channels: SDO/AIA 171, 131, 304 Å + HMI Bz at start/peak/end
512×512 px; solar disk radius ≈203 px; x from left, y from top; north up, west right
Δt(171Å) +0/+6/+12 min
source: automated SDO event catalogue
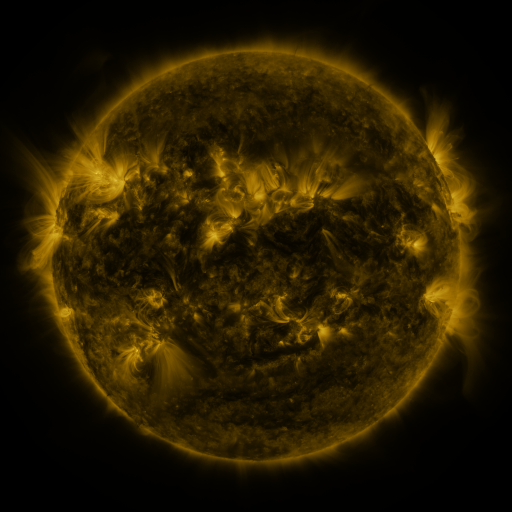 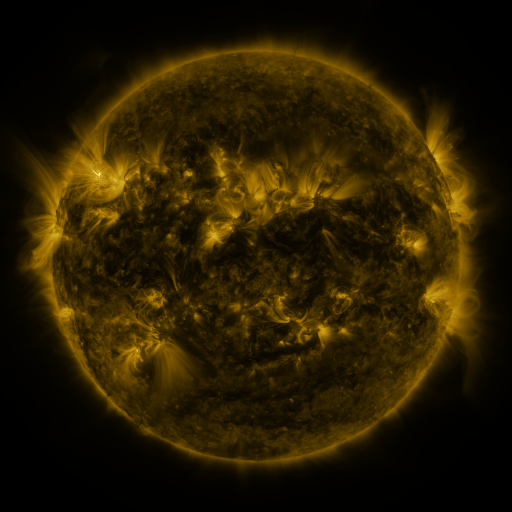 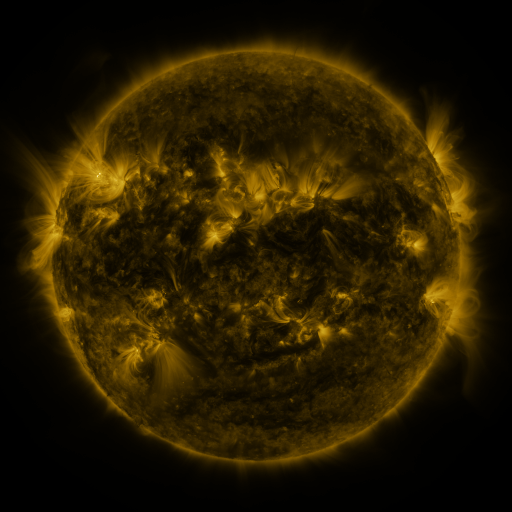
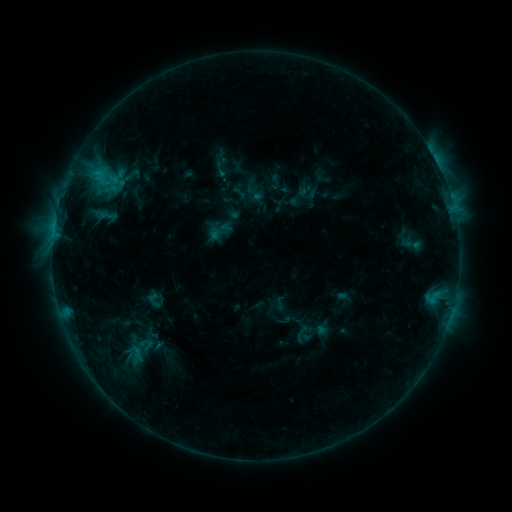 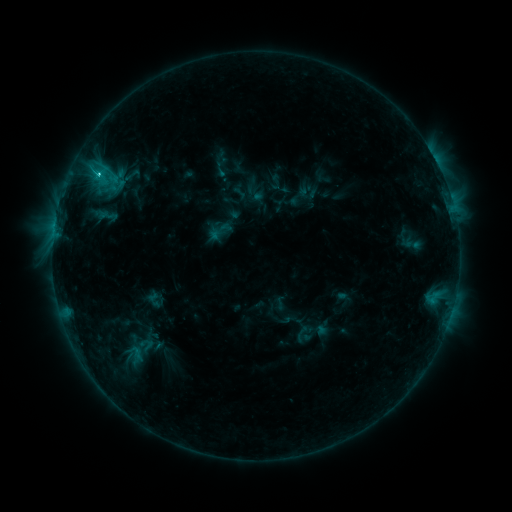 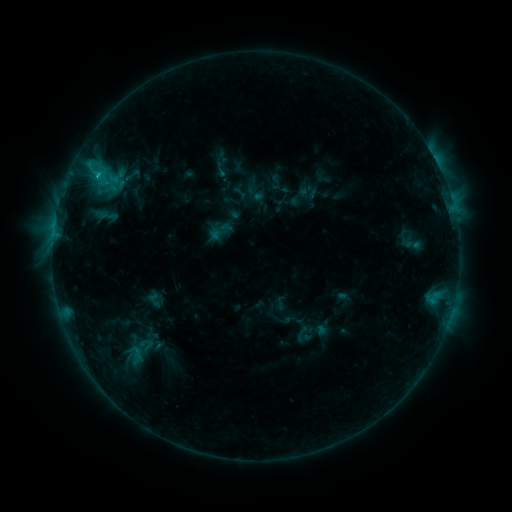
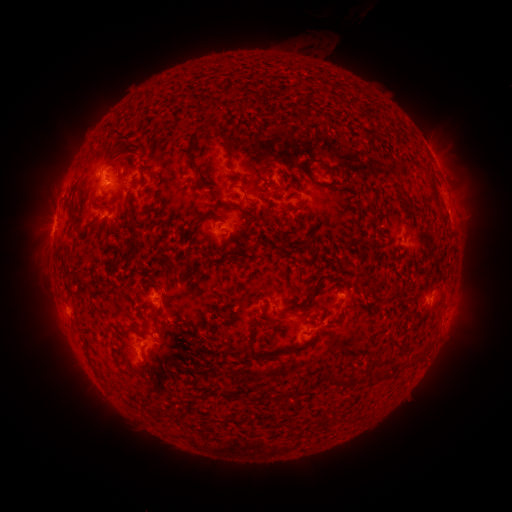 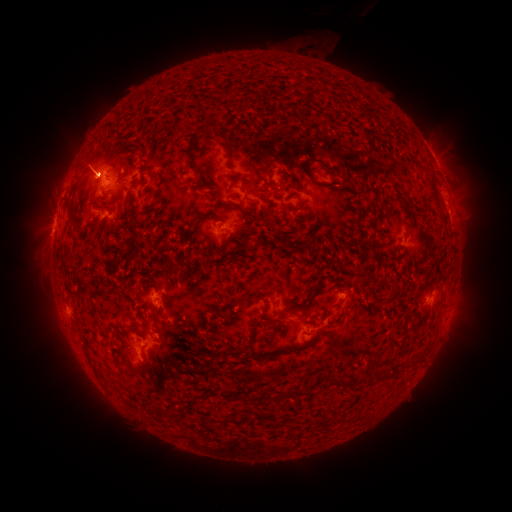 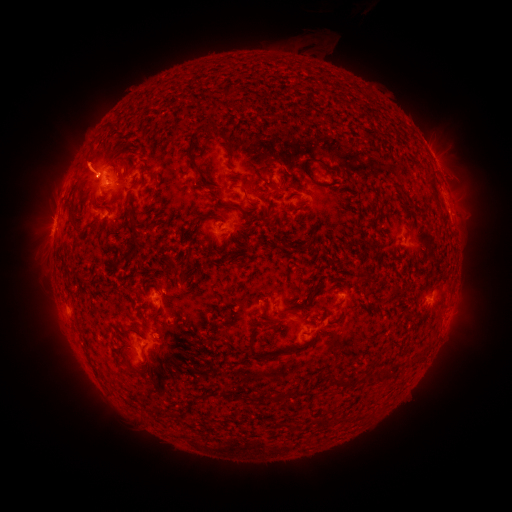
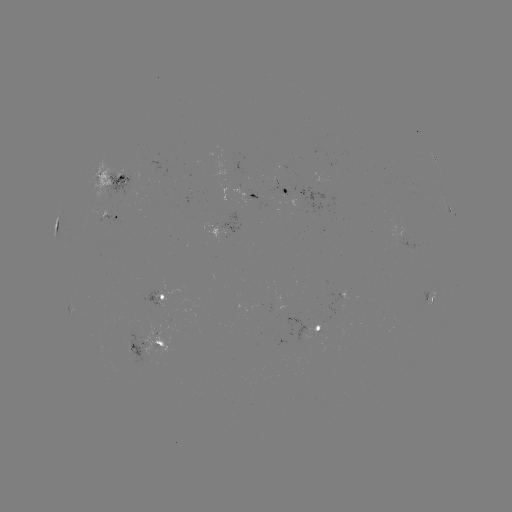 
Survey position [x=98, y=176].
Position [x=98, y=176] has C1.8 flare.